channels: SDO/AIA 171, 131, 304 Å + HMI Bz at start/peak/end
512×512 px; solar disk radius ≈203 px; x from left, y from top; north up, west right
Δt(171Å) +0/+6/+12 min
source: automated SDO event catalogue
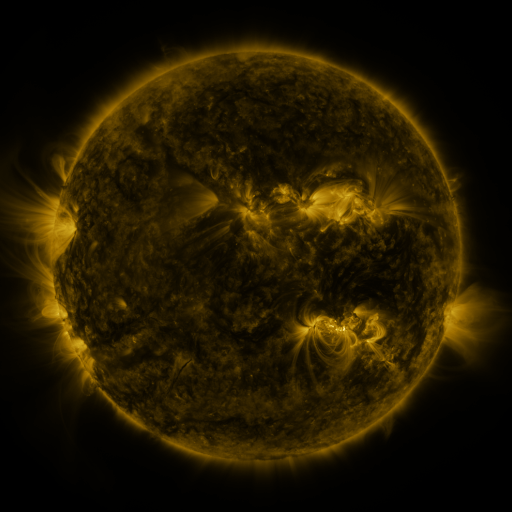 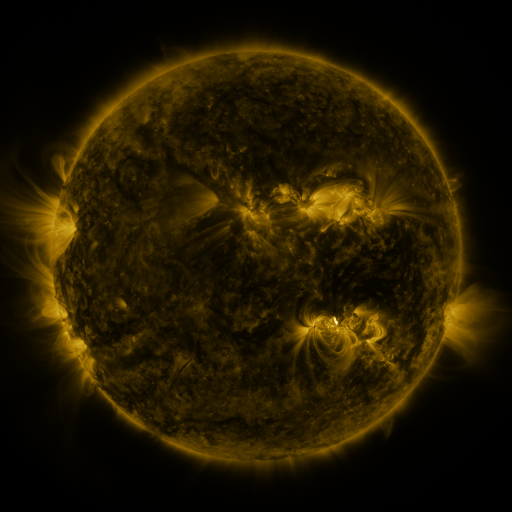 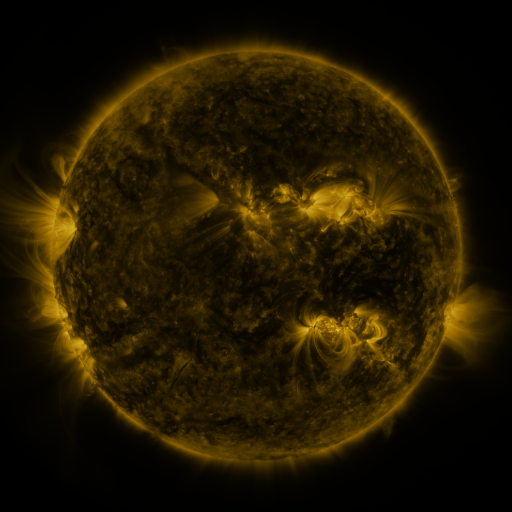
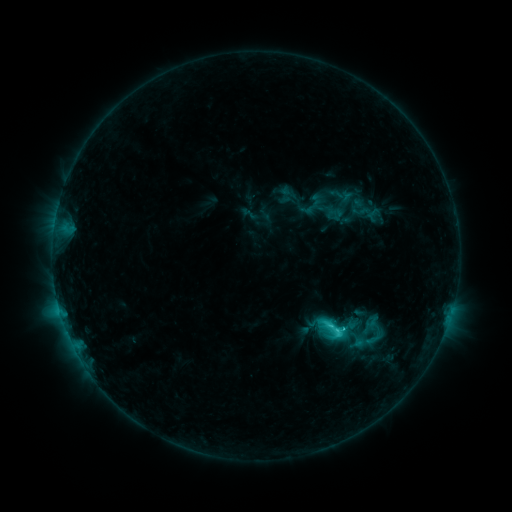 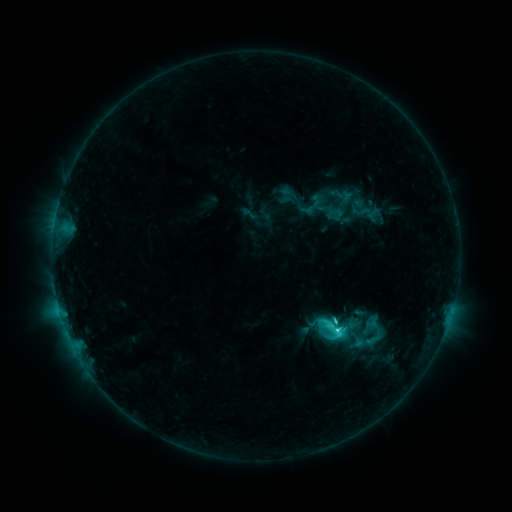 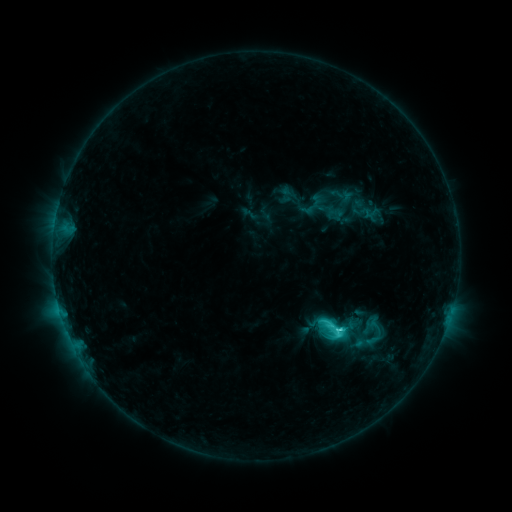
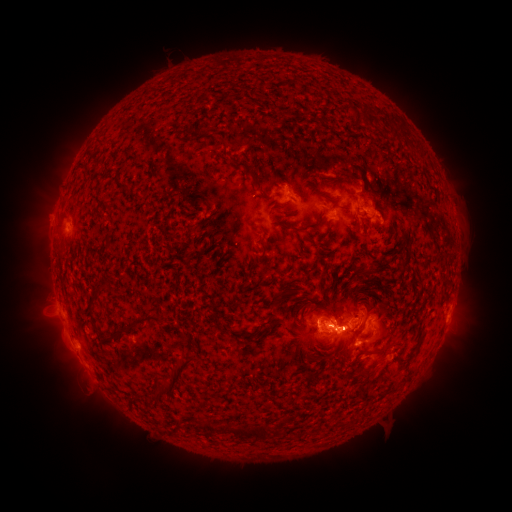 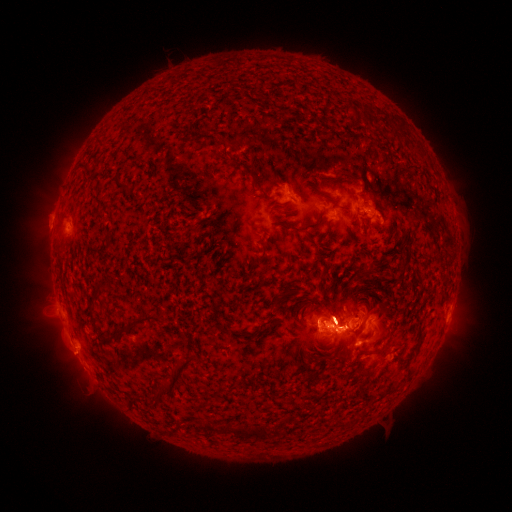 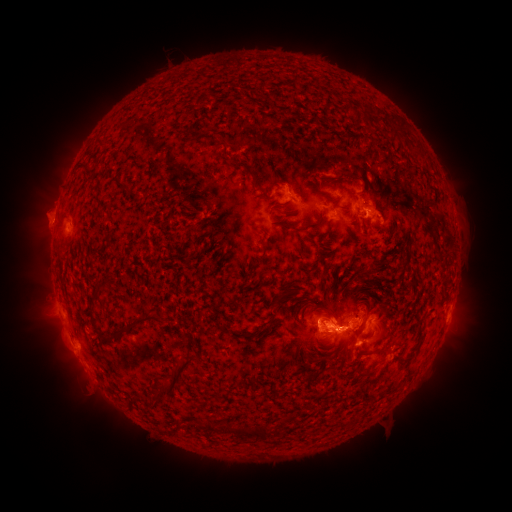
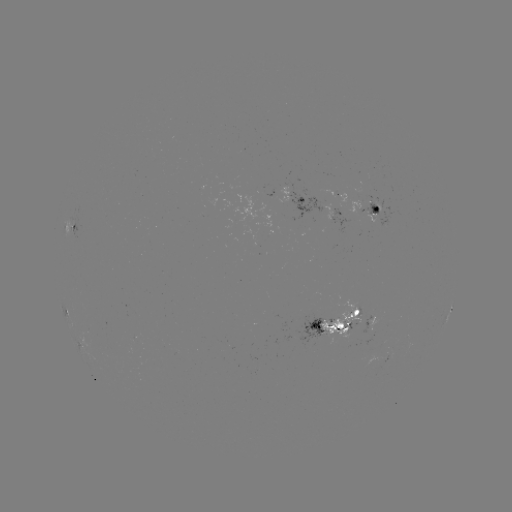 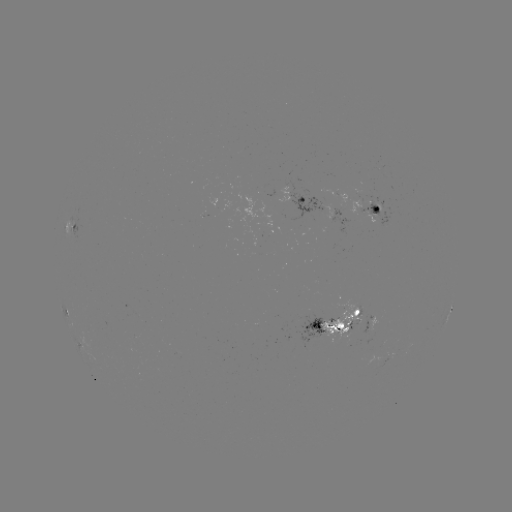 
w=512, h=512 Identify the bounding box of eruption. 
[330, 167, 397, 247].